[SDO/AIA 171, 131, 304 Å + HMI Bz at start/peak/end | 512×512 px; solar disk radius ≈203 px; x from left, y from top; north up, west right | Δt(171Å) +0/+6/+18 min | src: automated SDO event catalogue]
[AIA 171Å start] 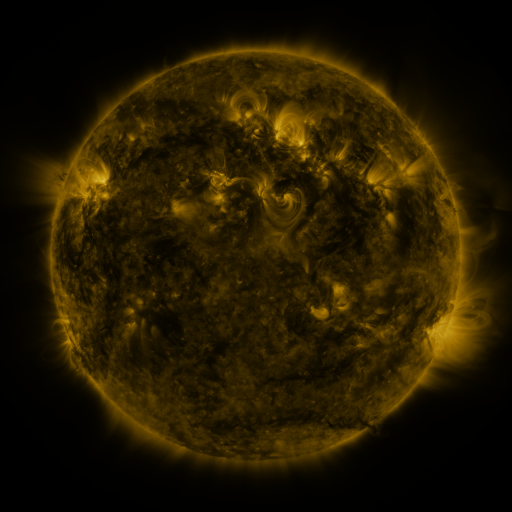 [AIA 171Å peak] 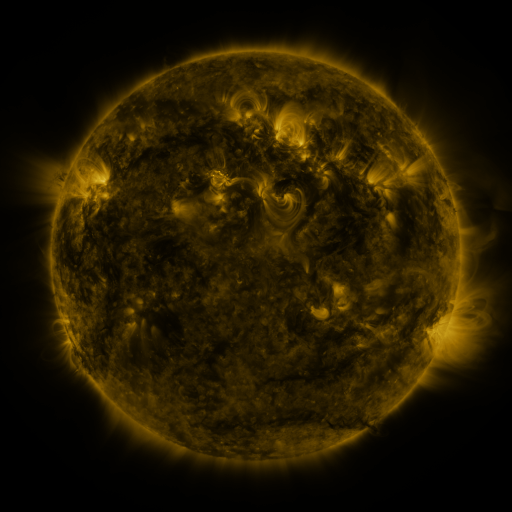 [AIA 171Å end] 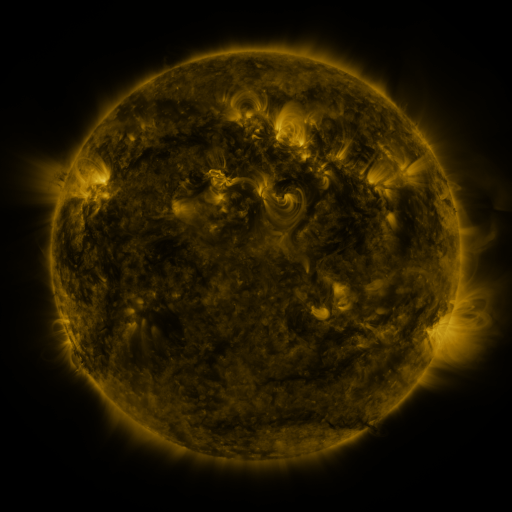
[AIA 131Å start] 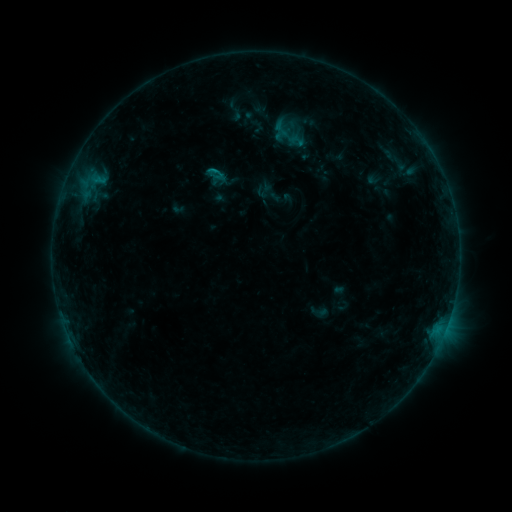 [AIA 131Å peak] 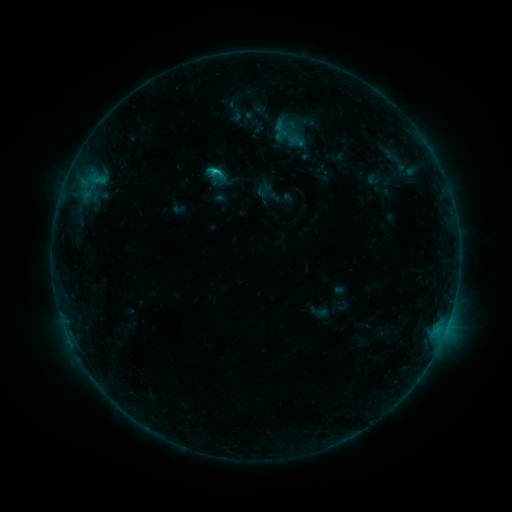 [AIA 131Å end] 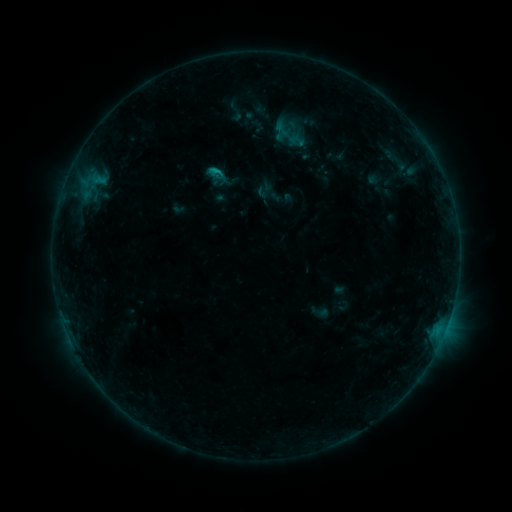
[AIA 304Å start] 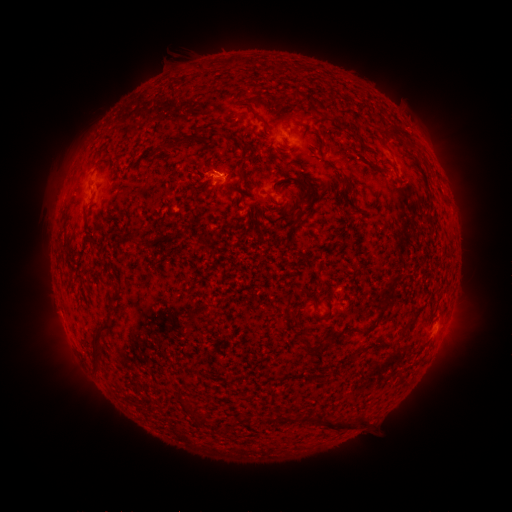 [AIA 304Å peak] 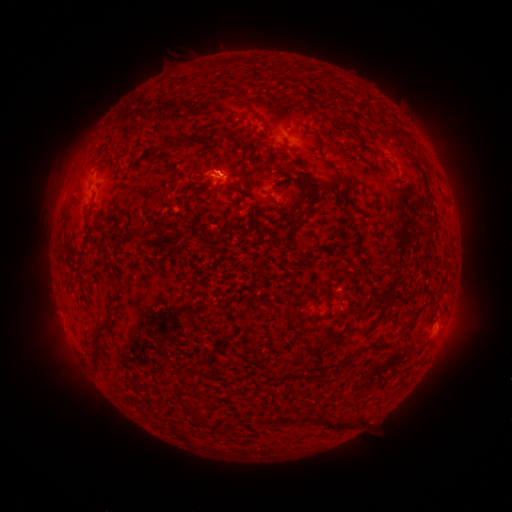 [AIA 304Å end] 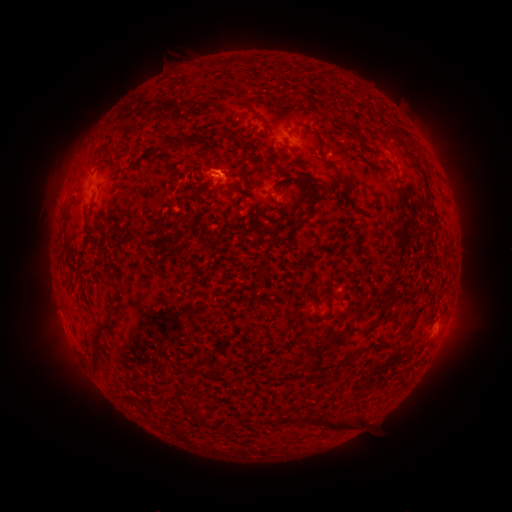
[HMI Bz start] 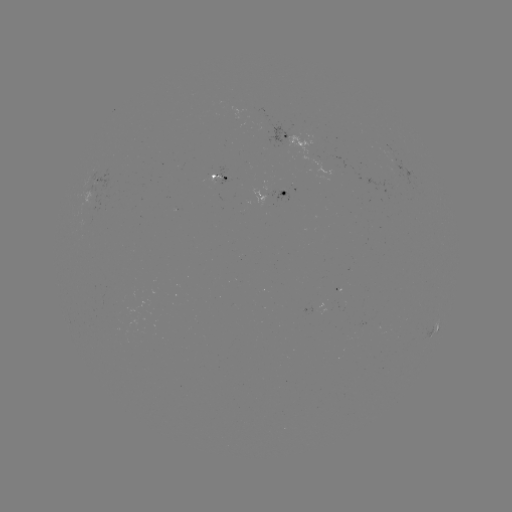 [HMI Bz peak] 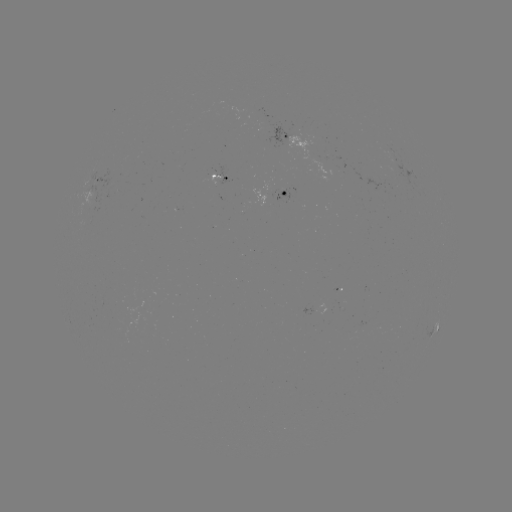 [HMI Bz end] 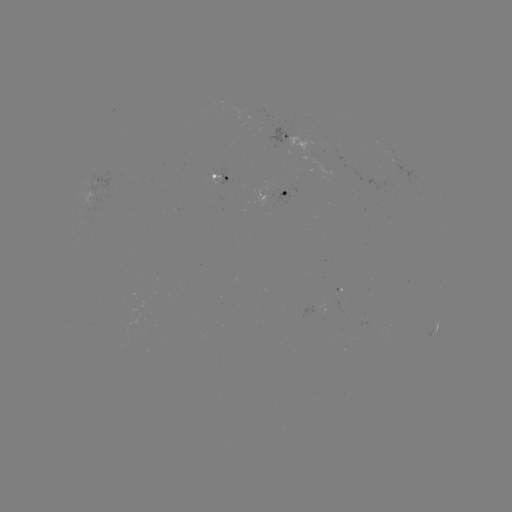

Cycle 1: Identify C1.0 flare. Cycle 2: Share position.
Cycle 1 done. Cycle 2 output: [218, 173].